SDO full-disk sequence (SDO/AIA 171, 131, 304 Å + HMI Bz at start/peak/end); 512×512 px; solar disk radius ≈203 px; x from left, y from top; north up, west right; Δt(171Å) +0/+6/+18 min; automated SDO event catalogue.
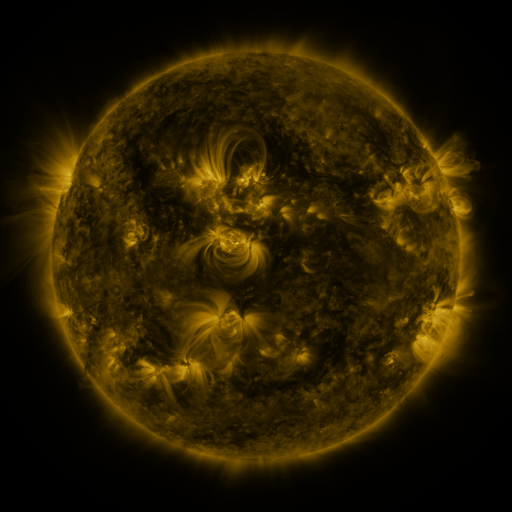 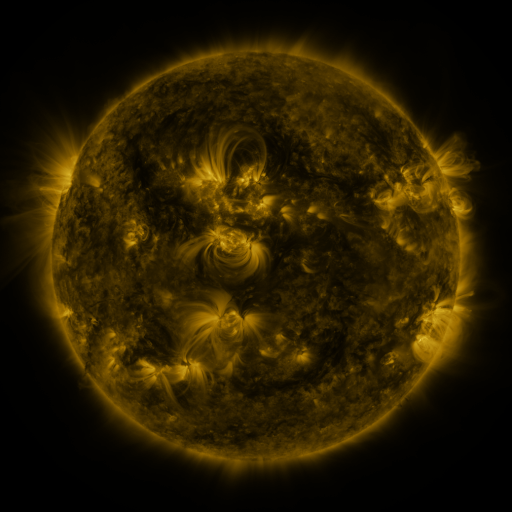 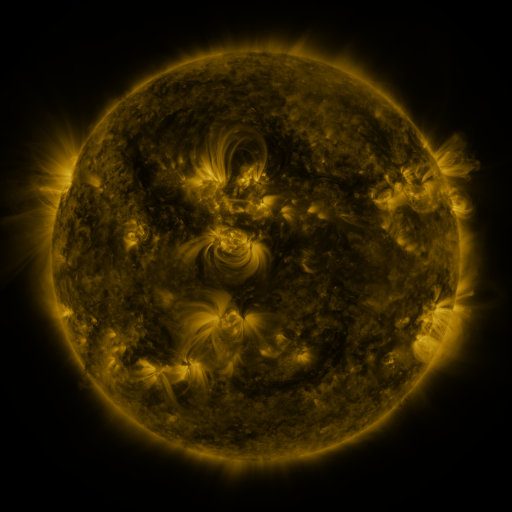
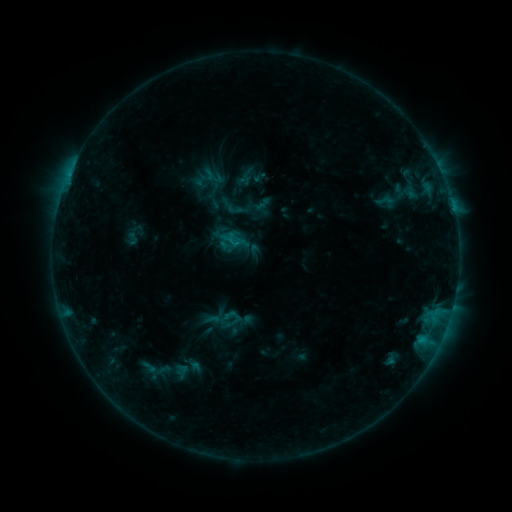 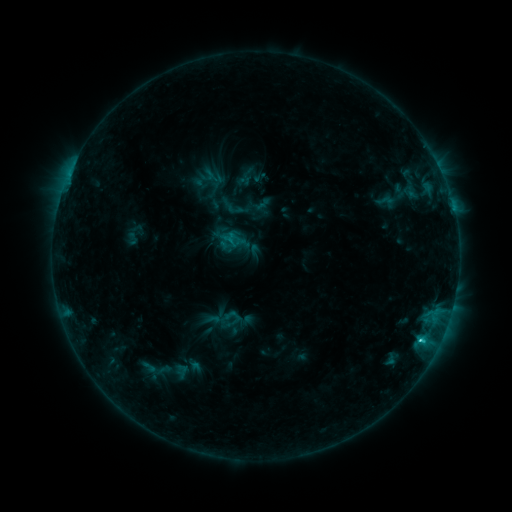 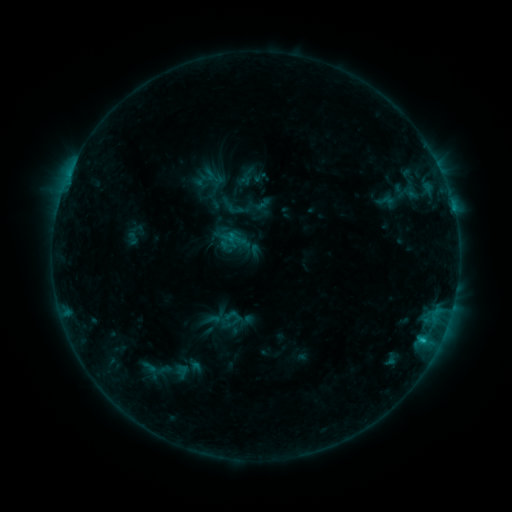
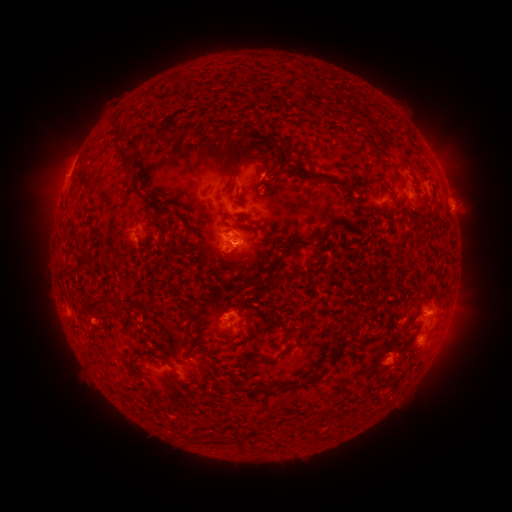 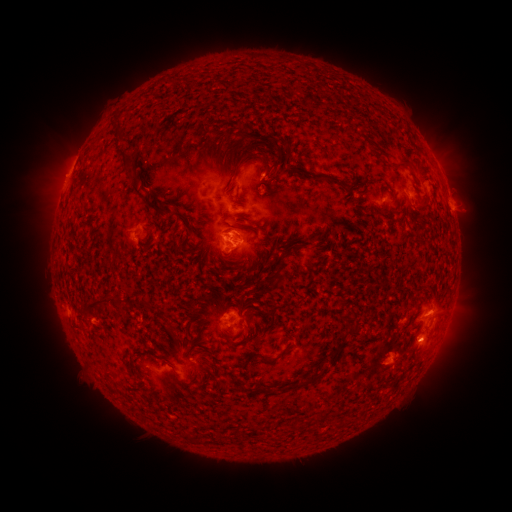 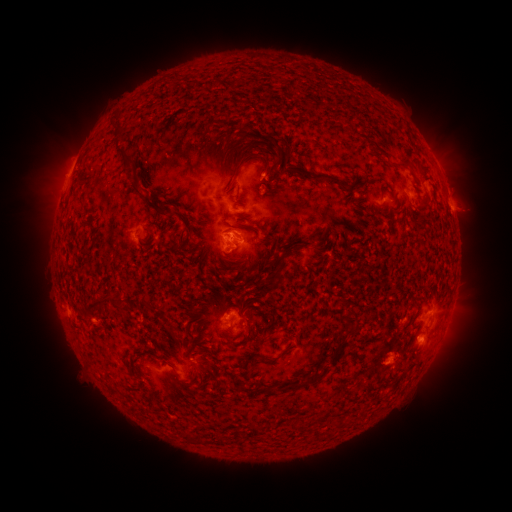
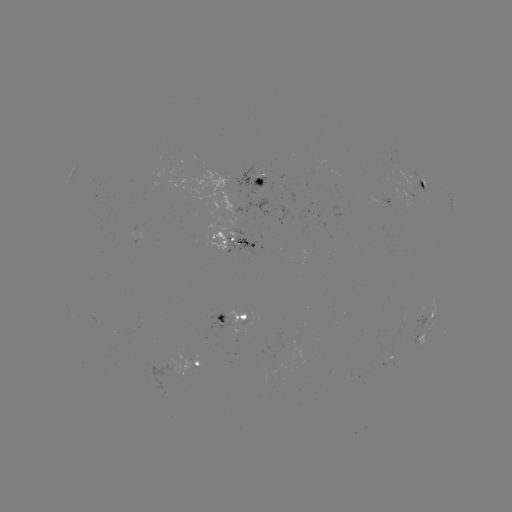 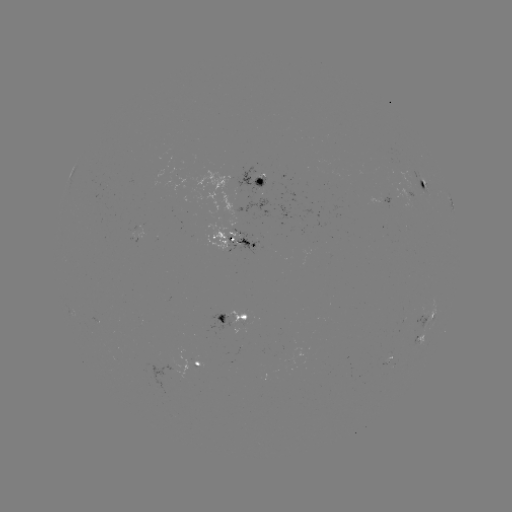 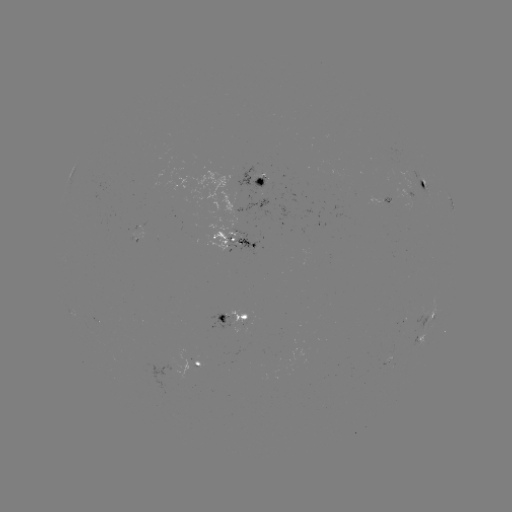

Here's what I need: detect C1.3 flare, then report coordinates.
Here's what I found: C1.3 flare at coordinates (420, 338).